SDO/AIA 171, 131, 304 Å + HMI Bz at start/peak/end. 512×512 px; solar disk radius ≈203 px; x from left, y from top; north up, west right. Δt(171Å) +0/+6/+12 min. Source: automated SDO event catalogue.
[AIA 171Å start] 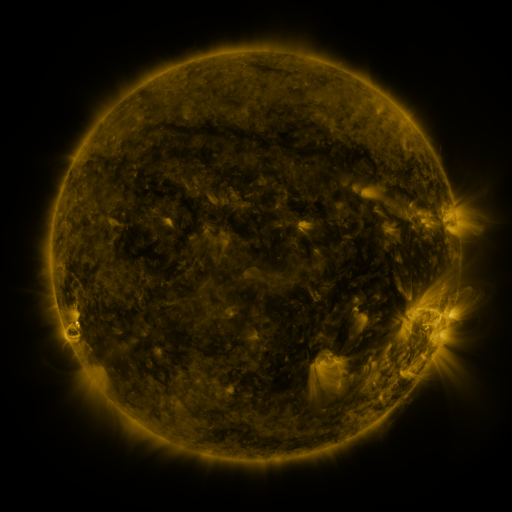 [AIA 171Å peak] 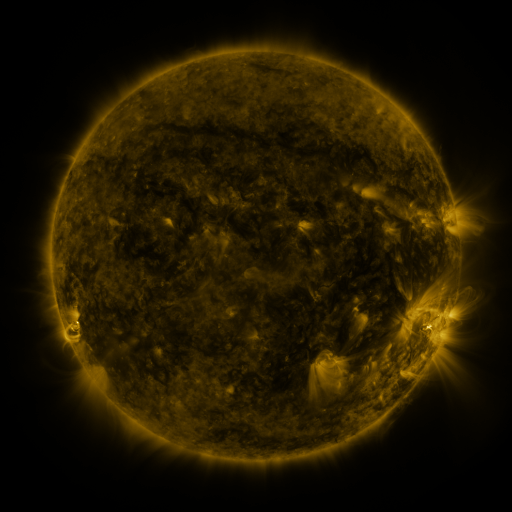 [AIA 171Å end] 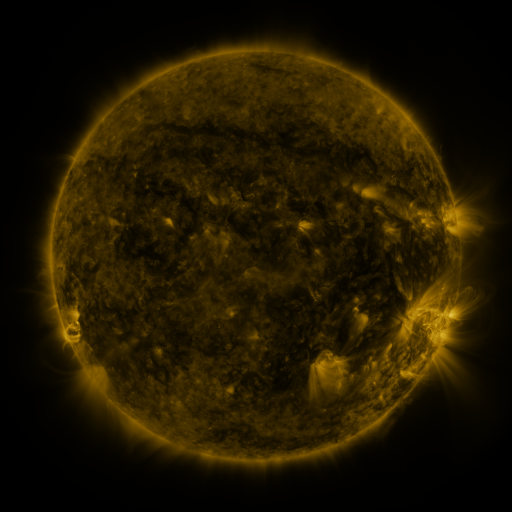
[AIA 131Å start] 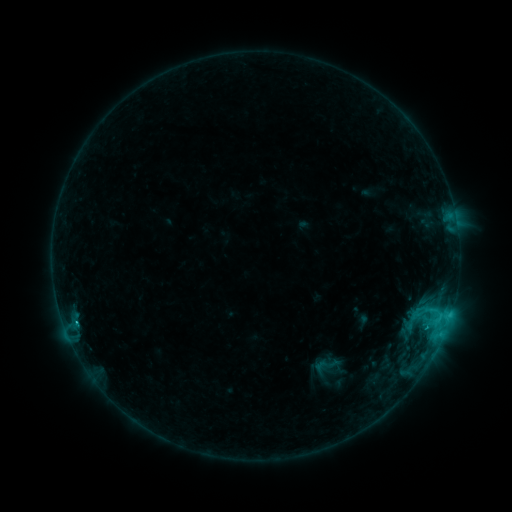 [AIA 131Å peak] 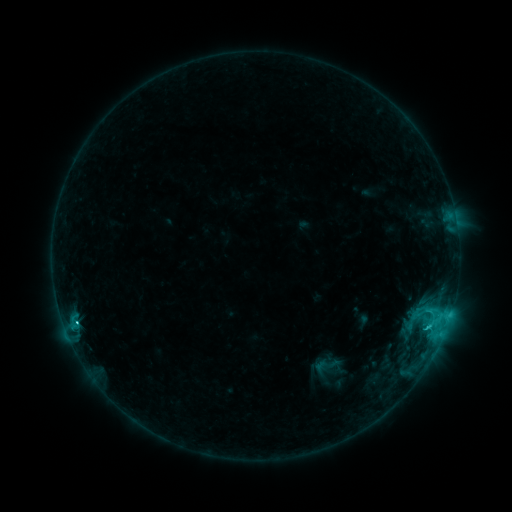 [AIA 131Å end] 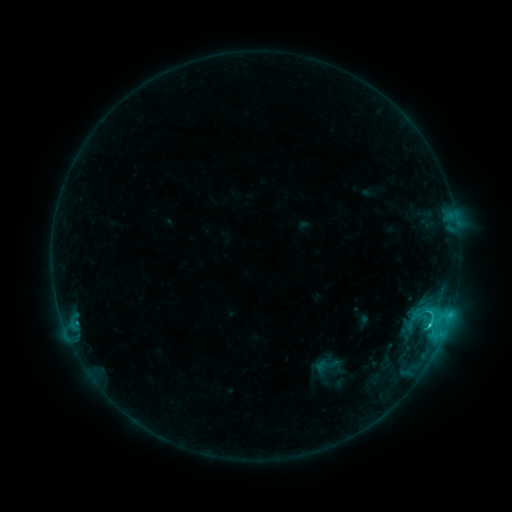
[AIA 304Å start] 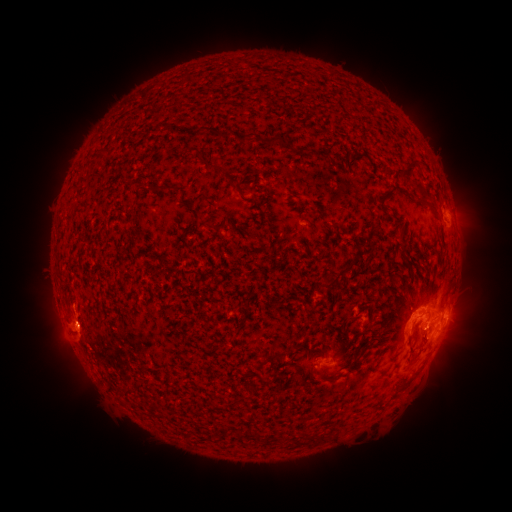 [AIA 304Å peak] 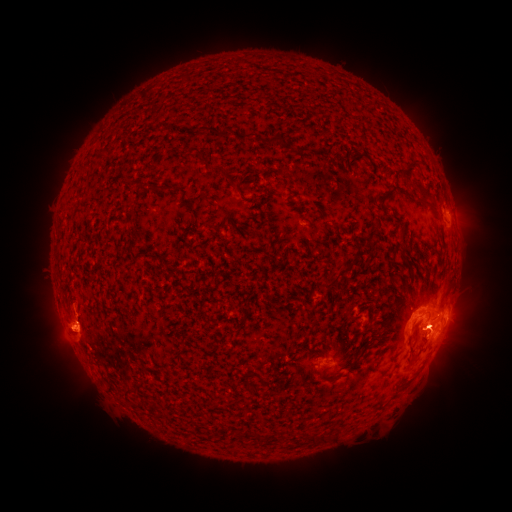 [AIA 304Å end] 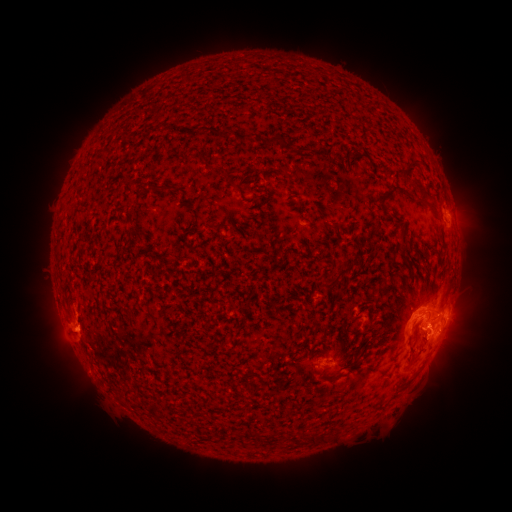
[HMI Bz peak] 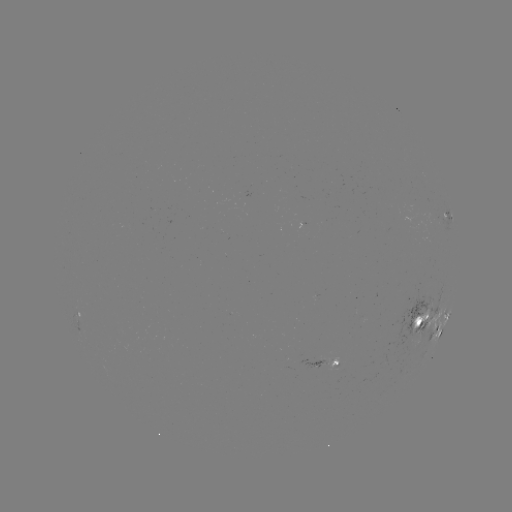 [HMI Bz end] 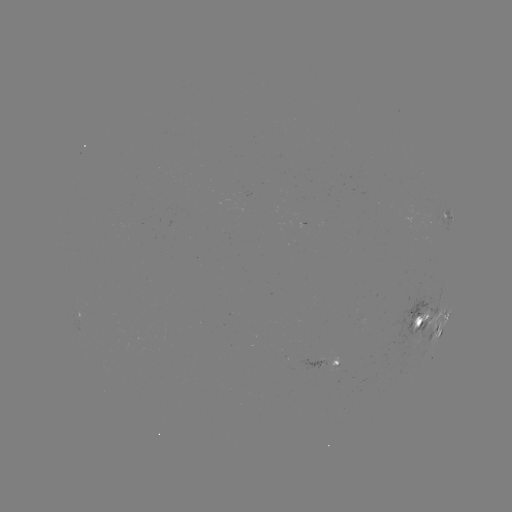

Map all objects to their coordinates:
eruption: (70, 333)
